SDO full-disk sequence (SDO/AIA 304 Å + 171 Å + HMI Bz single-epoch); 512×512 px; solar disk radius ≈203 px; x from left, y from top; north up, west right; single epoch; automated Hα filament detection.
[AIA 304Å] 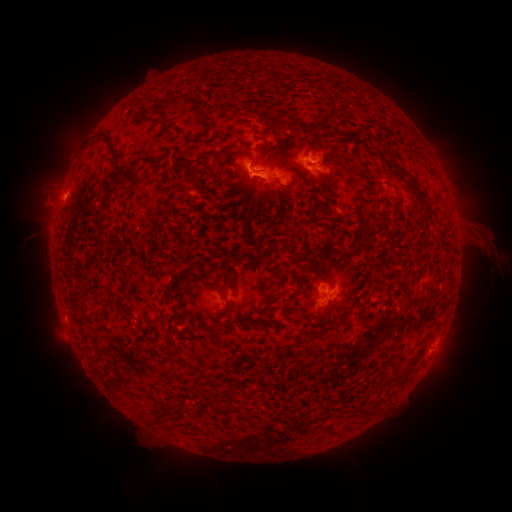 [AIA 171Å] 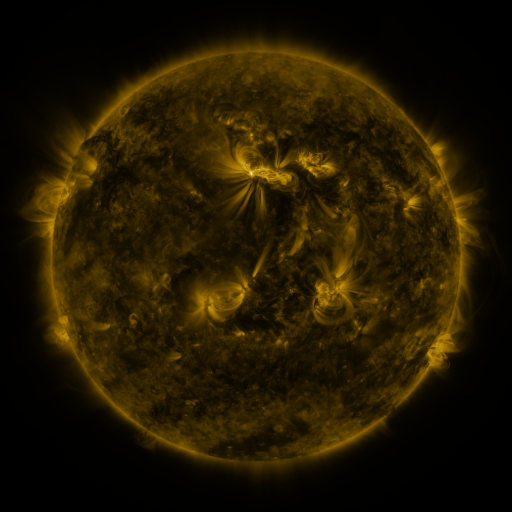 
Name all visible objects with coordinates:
filament: (326, 117)
filament: (270, 121)
filament: (166, 123)
filament: (110, 141)
filament: (117, 165)
filament: (413, 180)
filament: (426, 203)
filament: (430, 218)
filament: (305, 268)
filament: (212, 271)
filament: (326, 280)
filament: (286, 291)
filament: (217, 407)
